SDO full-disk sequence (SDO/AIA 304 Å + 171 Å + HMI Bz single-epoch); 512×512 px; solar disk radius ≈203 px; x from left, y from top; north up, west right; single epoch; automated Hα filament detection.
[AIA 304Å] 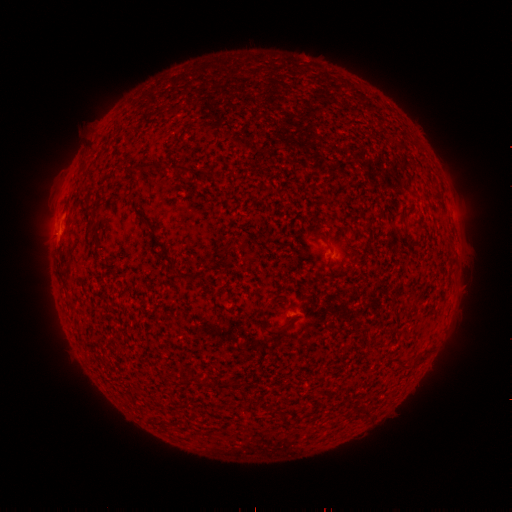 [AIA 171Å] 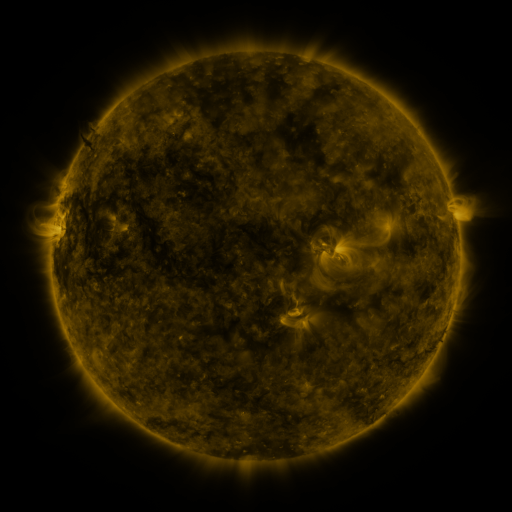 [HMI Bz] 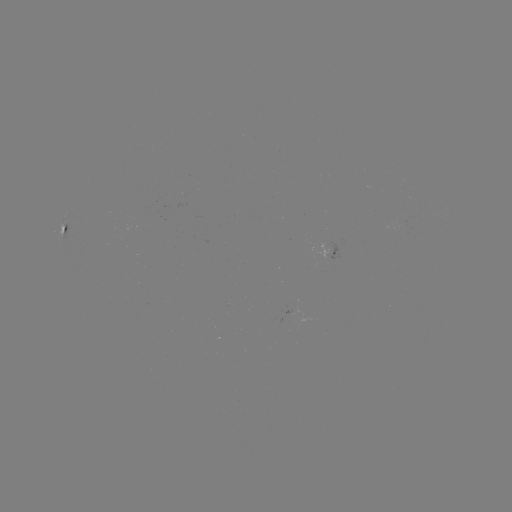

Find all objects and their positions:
filament: (84, 165)
filament: (140, 167)
filament: (158, 167)
filament: (186, 172)
filament: (402, 214)
filament: (141, 215)
filament: (64, 230)
filament: (159, 245)
filament: (226, 255)
filament: (191, 275)
filament: (273, 332)
filament: (426, 350)
filament: (404, 366)
filament: (221, 383)
filament: (203, 384)
filament: (367, 411)
